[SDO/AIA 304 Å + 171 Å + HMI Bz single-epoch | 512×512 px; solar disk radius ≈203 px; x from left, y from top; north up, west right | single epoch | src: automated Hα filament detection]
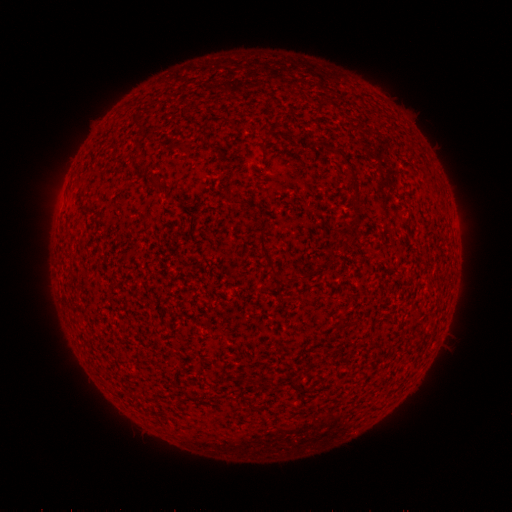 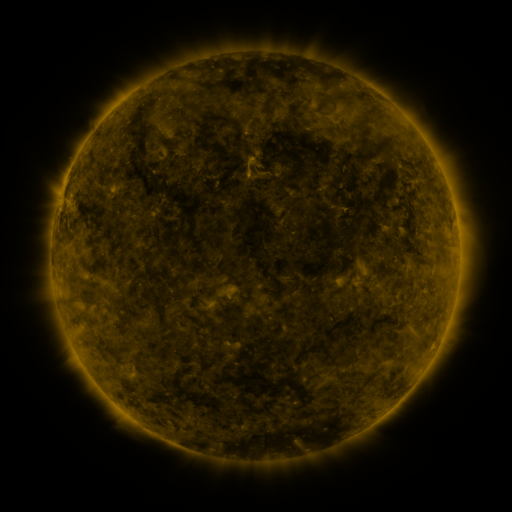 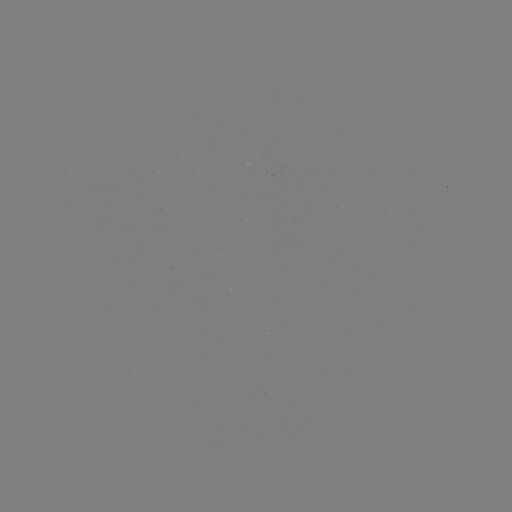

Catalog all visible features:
filament: (334, 149, 344, 158)
filament: (345, 164, 355, 177)
filament: (144, 174, 155, 183)
filament: (351, 200, 359, 216)
filament: (259, 236, 312, 282)
filament: (344, 319, 356, 327)
filament: (253, 376, 263, 383)
